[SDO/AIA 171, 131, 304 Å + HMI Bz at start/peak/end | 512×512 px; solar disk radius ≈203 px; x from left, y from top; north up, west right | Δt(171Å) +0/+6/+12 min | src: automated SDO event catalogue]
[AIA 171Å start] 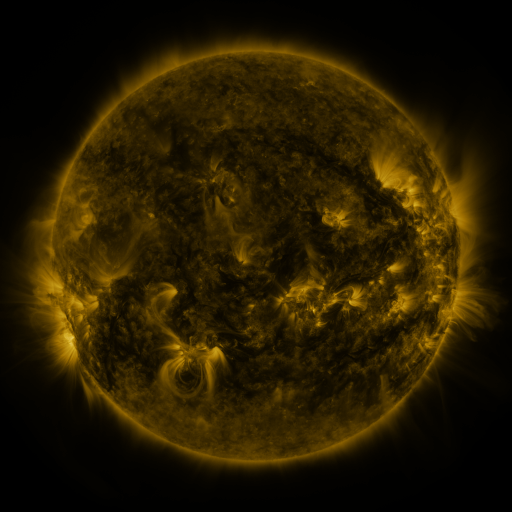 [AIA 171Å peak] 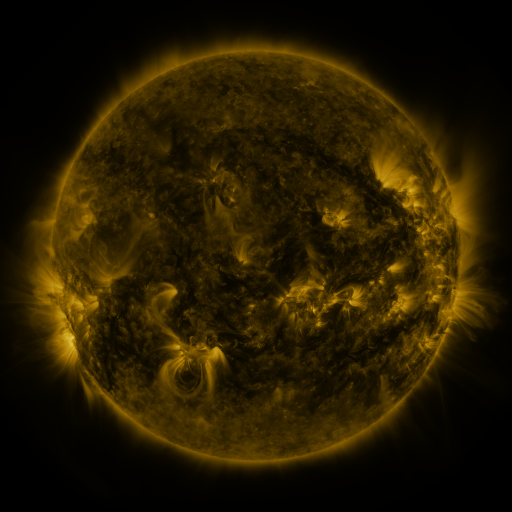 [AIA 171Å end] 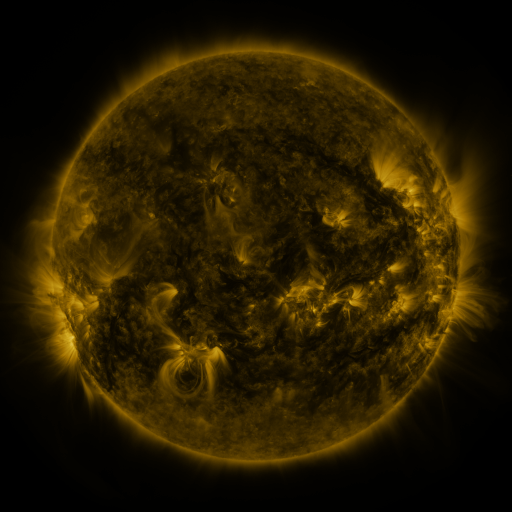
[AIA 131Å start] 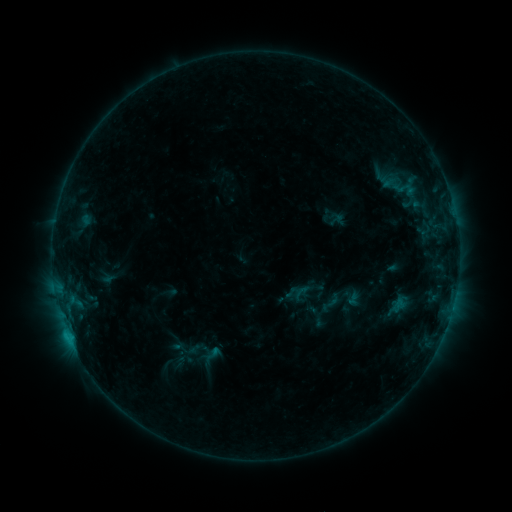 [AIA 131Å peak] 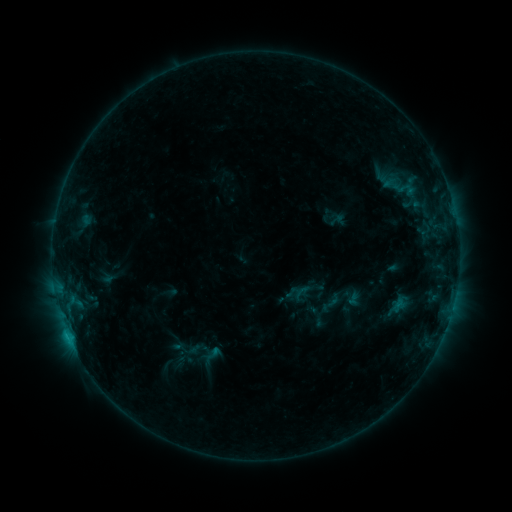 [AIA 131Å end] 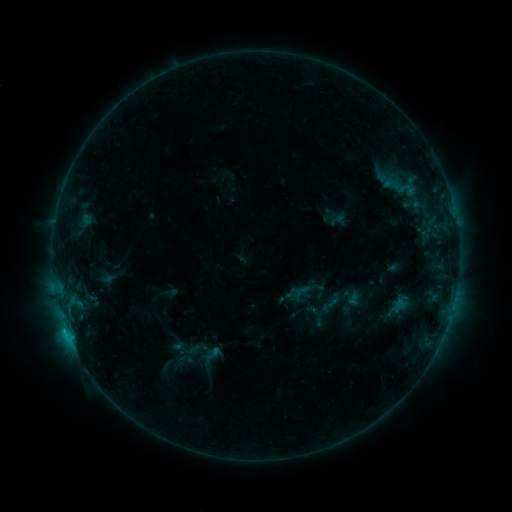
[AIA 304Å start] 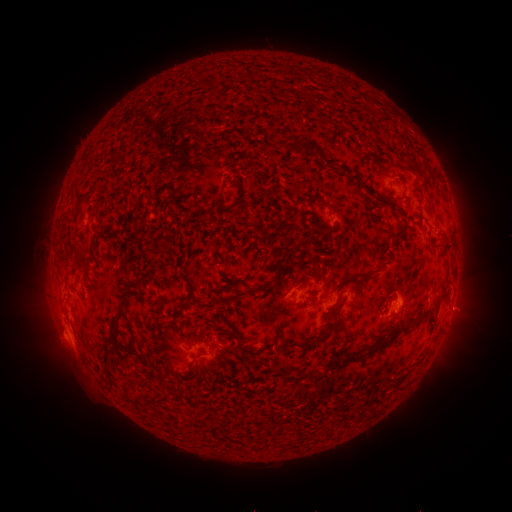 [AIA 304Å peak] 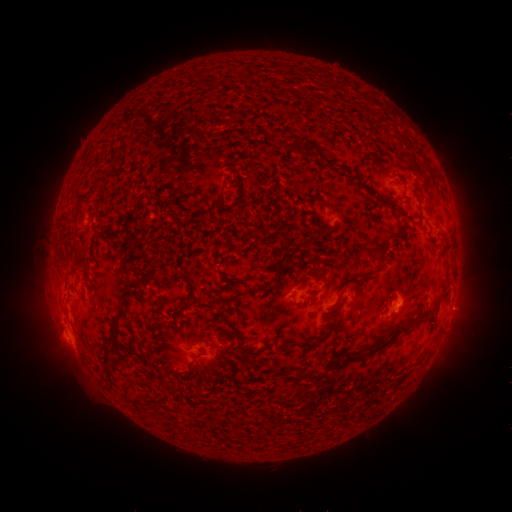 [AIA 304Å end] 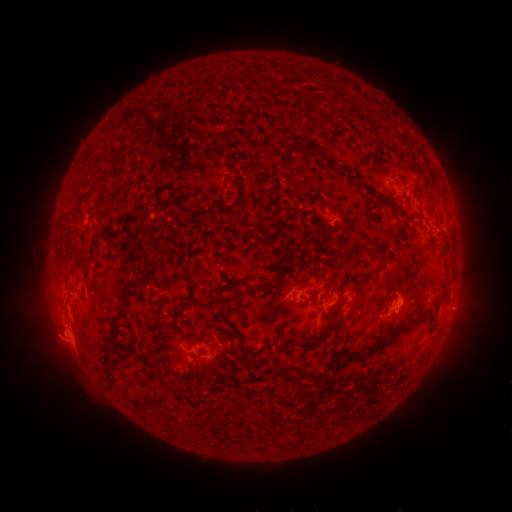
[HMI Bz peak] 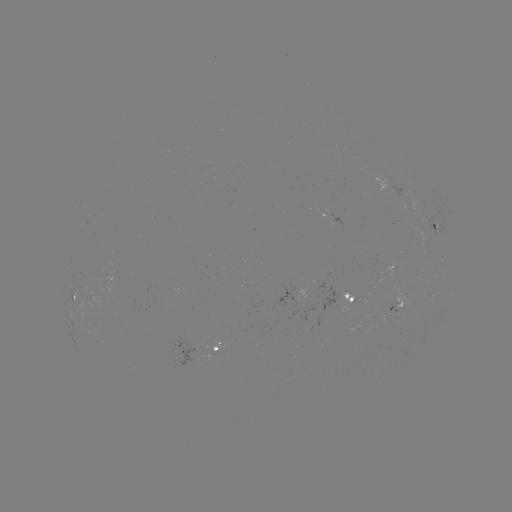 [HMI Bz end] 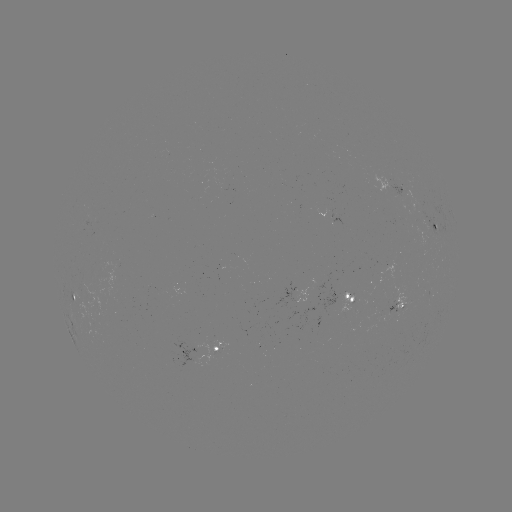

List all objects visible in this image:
eruption: (60, 346)
